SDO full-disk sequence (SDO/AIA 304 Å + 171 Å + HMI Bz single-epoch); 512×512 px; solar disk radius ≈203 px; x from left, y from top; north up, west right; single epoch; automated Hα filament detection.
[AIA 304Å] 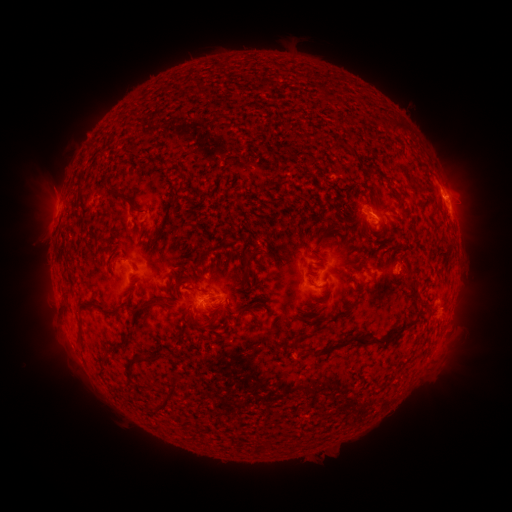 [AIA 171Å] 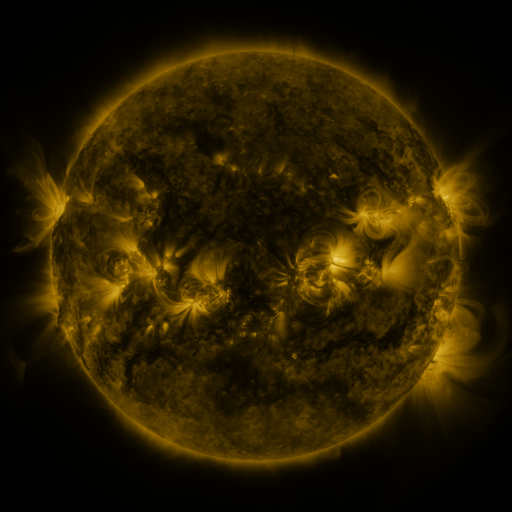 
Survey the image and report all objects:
filament: (396, 125)
filament: (118, 132)
filament: (165, 164)
filament: (112, 194)
filament: (130, 204)
filament: (66, 208)
filament: (247, 259)
filament: (70, 262)
filament: (413, 291)
filament: (146, 305)
filament: (99, 307)
filament: (406, 324)
filament: (204, 325)
filament: (81, 327)
filament: (306, 336)
filament: (349, 340)
filament: (144, 359)
filament: (104, 362)
filament: (172, 394)
